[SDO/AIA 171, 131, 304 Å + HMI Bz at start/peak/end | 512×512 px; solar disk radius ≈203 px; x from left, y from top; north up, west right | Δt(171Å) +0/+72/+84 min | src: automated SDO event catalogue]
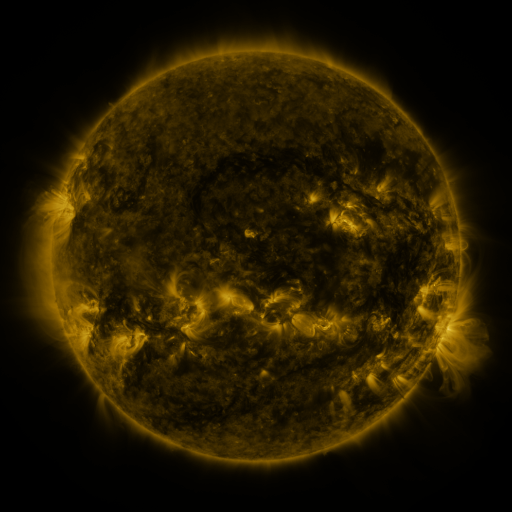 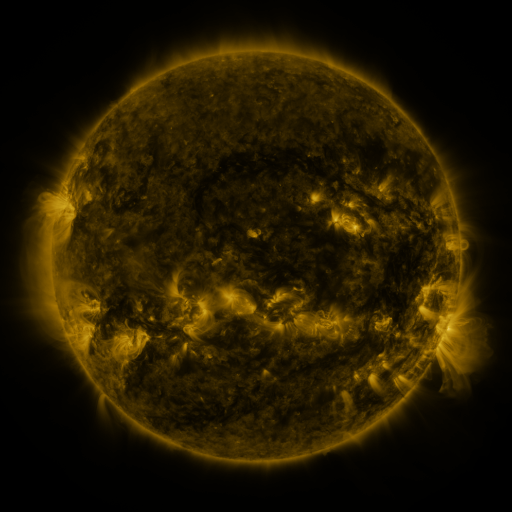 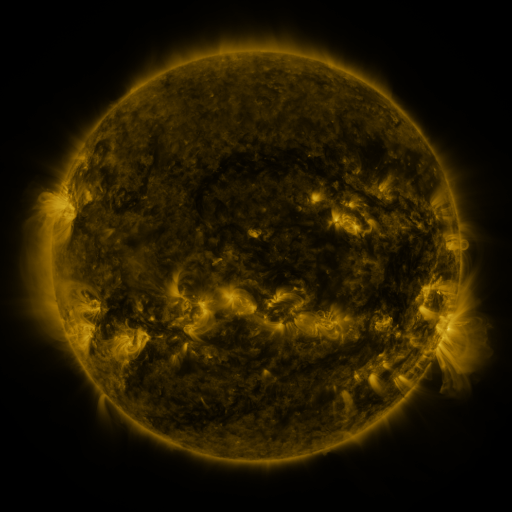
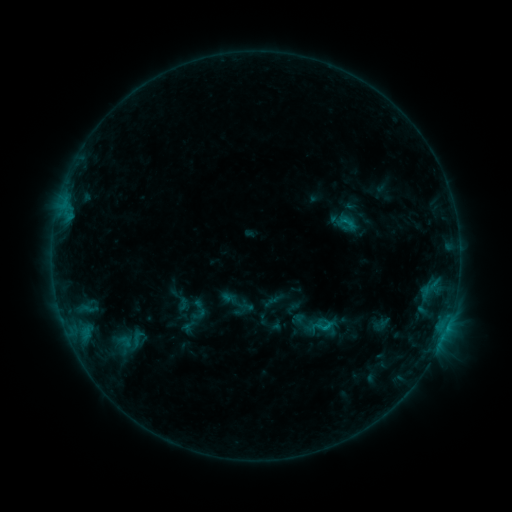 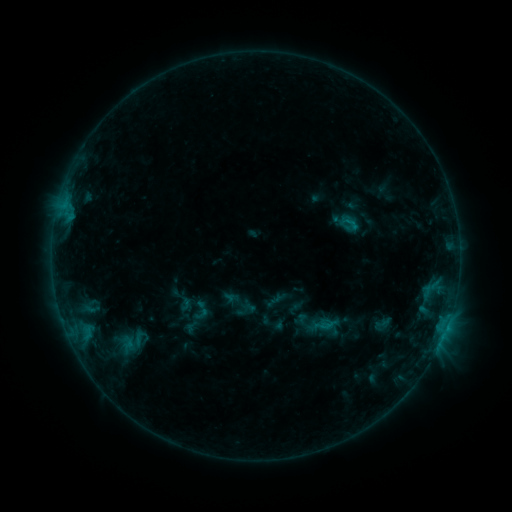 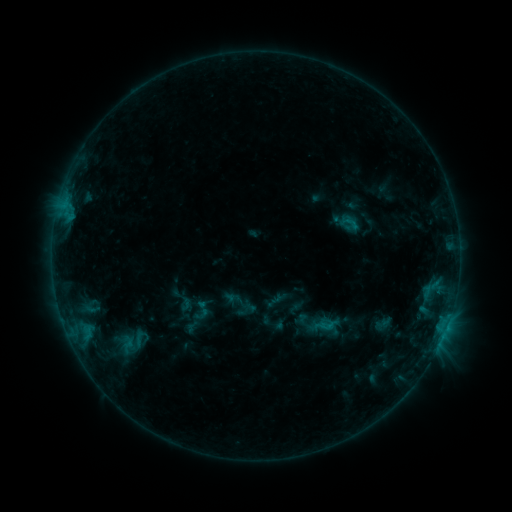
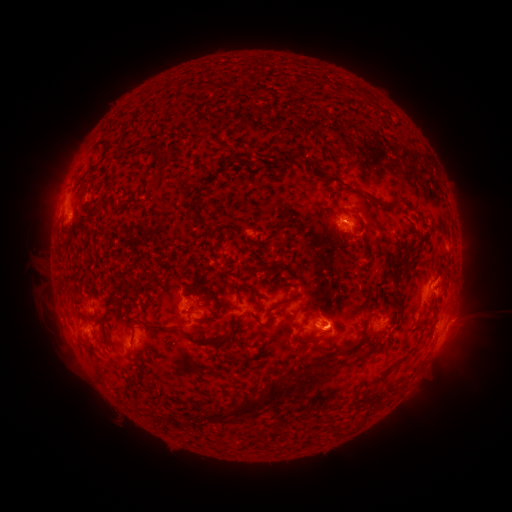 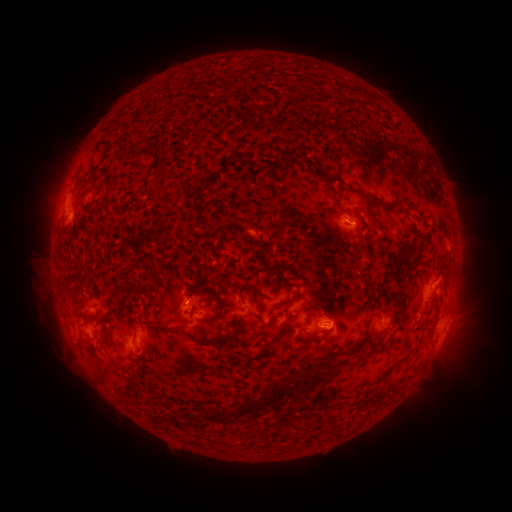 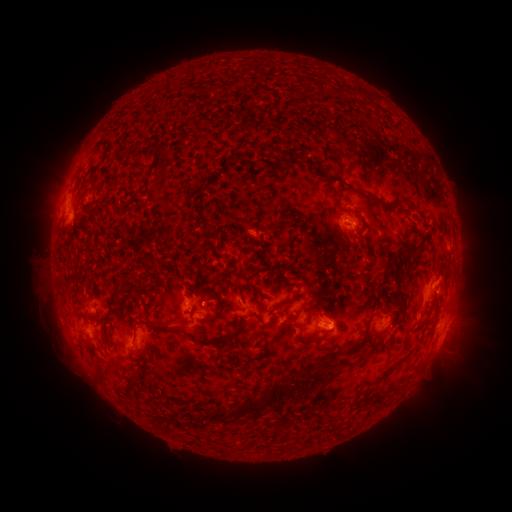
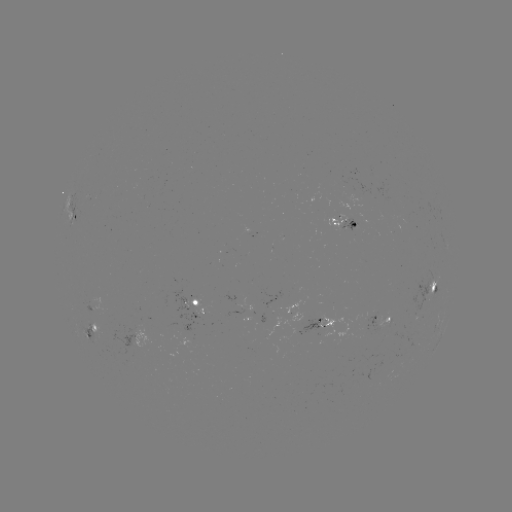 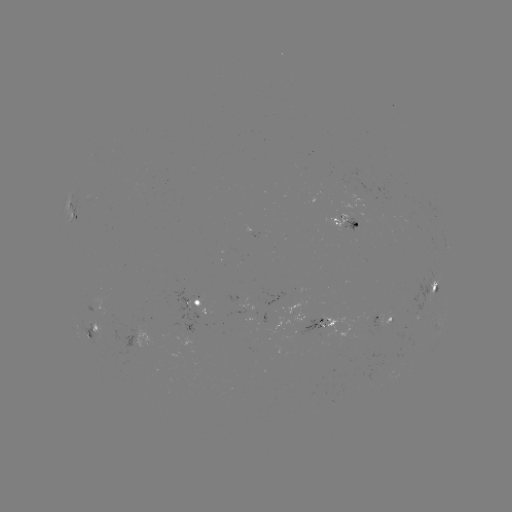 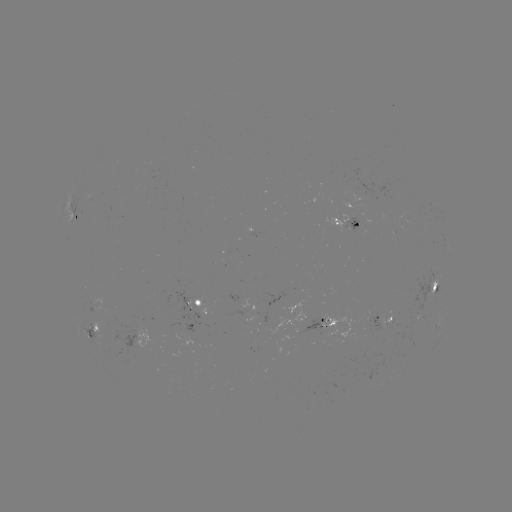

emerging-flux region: <bbox>327, 214, 350, 228</bbox>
